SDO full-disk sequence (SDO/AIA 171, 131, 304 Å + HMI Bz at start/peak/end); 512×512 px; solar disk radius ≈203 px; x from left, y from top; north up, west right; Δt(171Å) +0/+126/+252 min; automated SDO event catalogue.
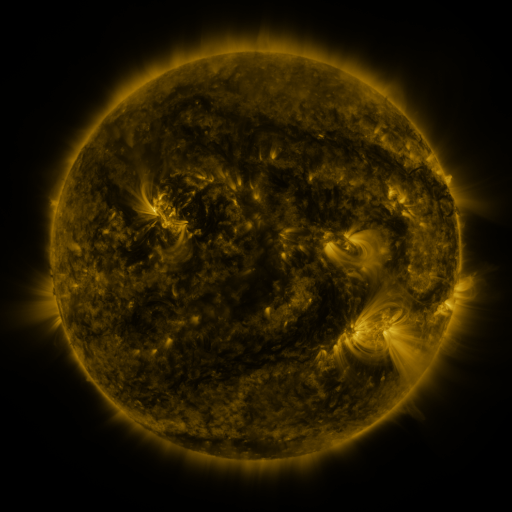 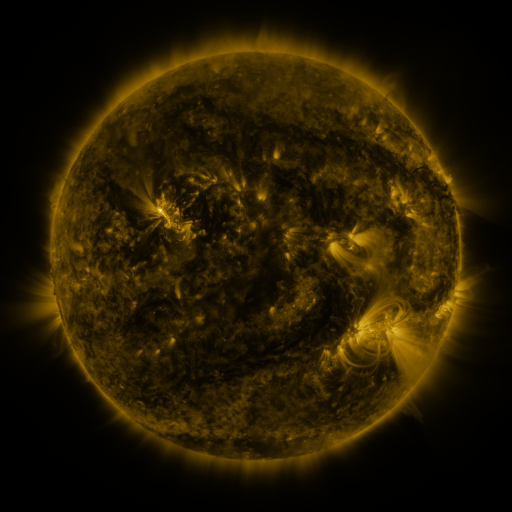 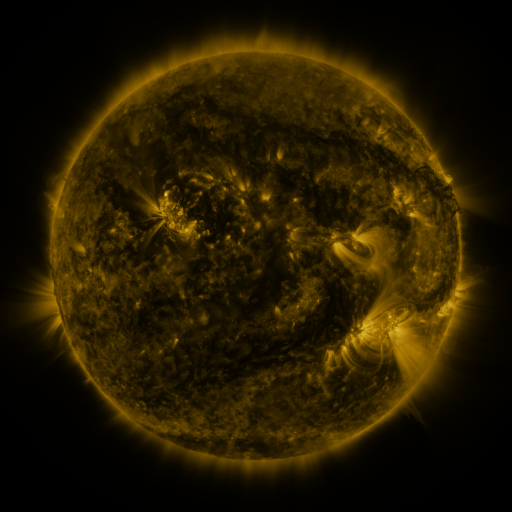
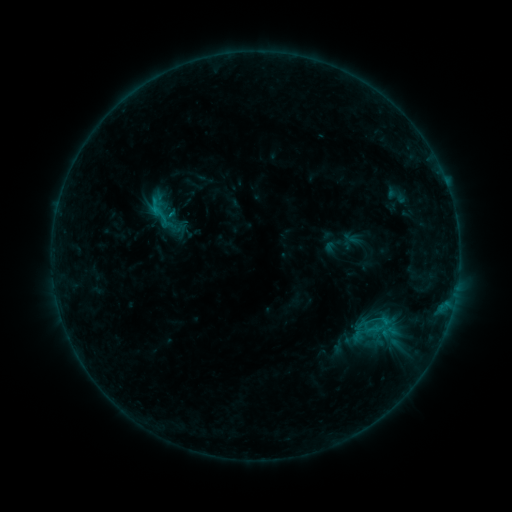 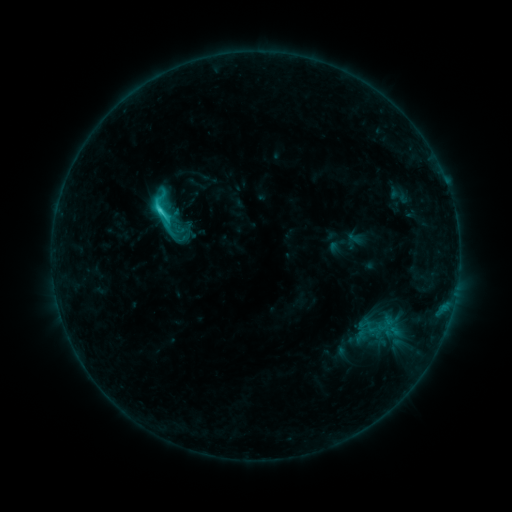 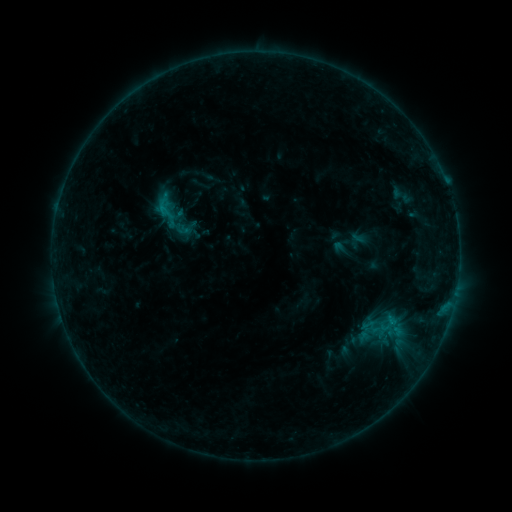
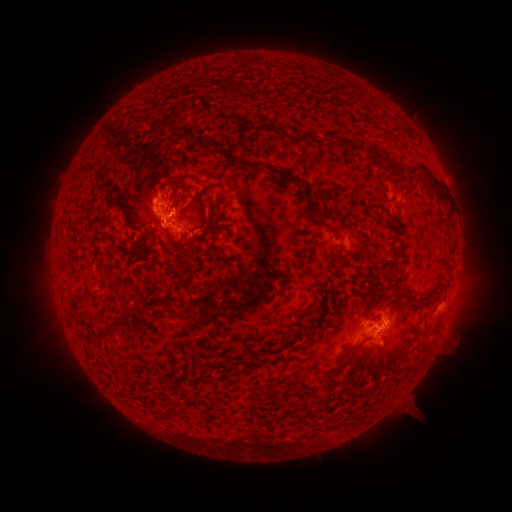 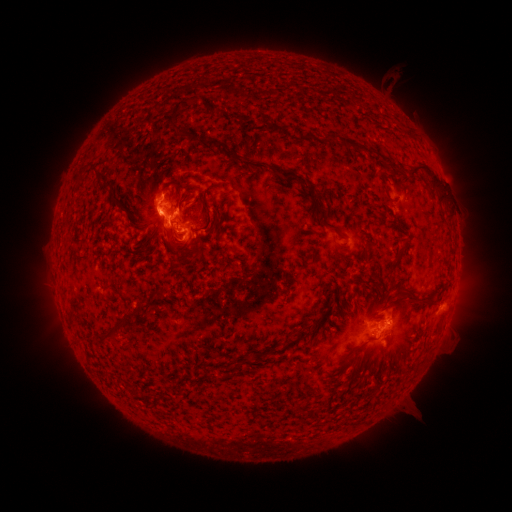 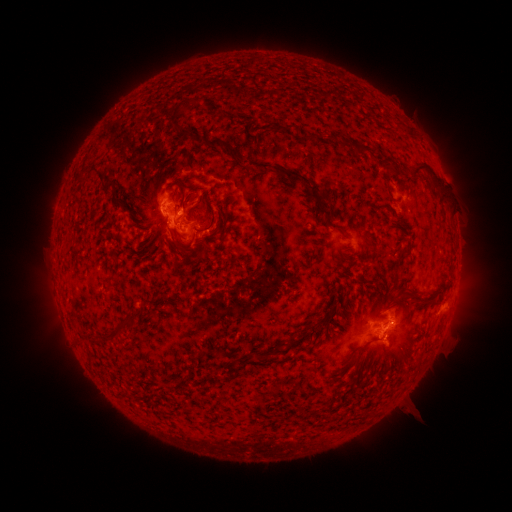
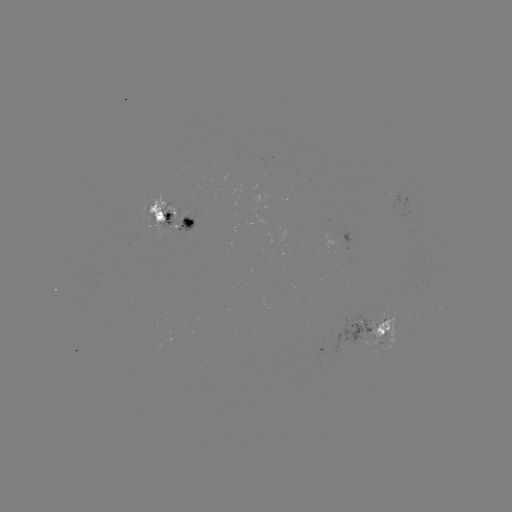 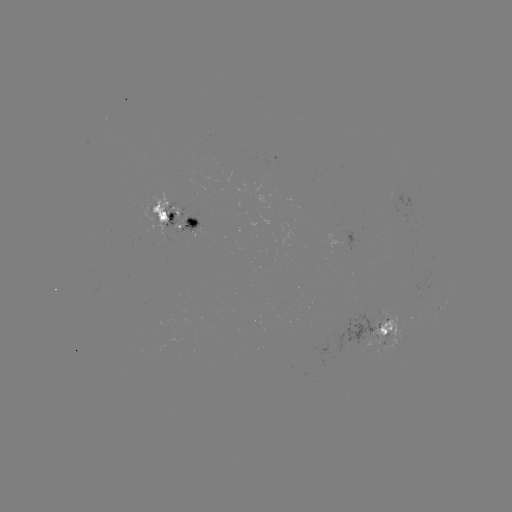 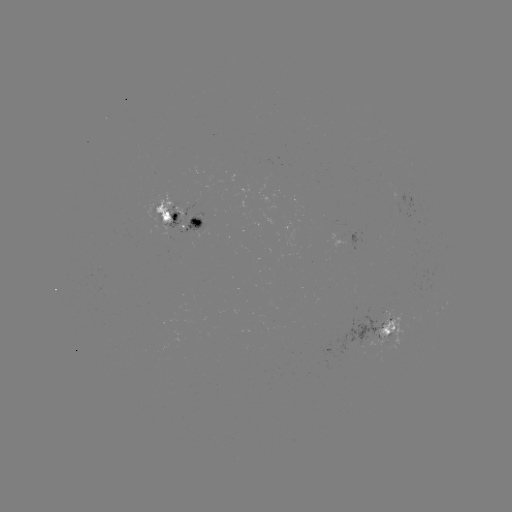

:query filament eruption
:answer (392, 87)